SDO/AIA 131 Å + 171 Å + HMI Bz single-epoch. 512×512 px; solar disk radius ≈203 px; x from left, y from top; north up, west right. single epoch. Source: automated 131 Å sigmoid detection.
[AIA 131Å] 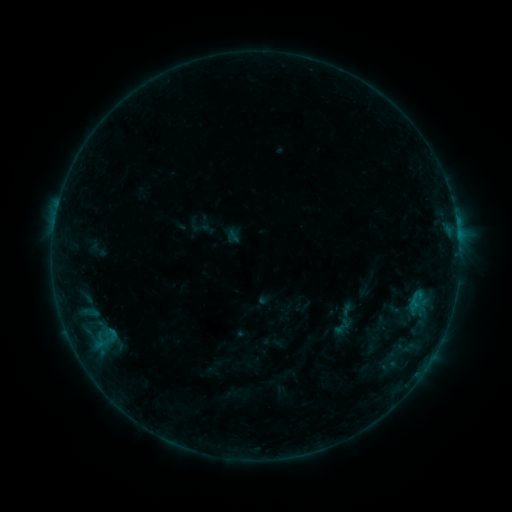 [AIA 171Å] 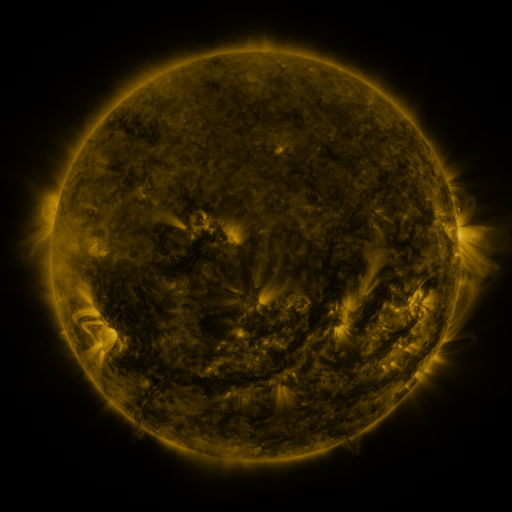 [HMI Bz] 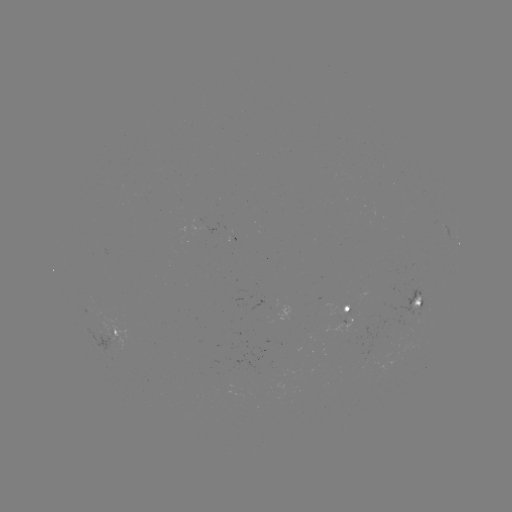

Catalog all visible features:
sigmoid: (232, 237)
